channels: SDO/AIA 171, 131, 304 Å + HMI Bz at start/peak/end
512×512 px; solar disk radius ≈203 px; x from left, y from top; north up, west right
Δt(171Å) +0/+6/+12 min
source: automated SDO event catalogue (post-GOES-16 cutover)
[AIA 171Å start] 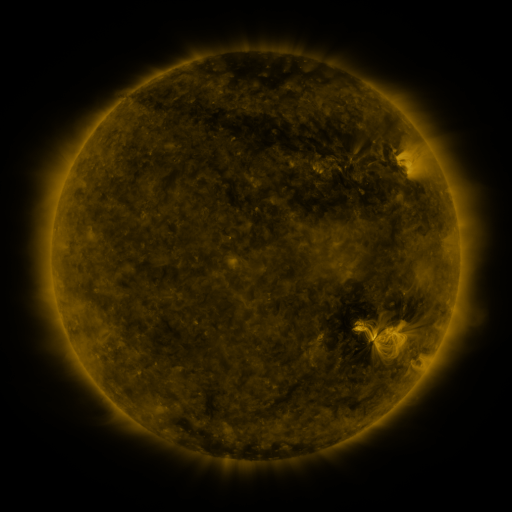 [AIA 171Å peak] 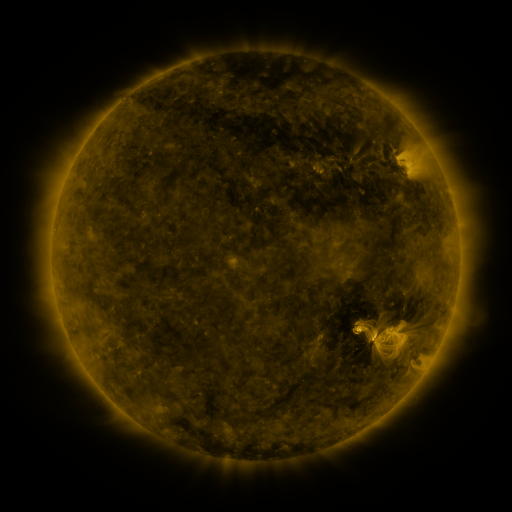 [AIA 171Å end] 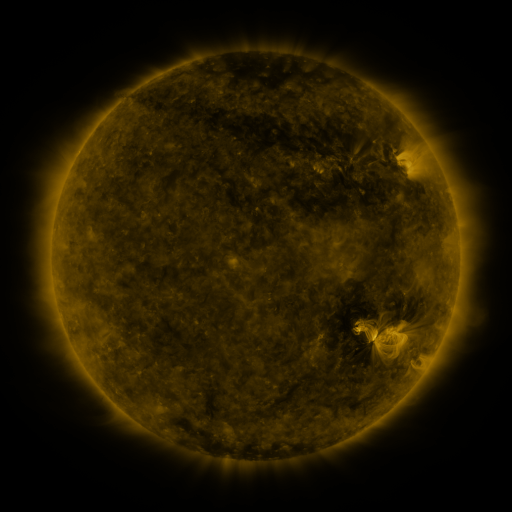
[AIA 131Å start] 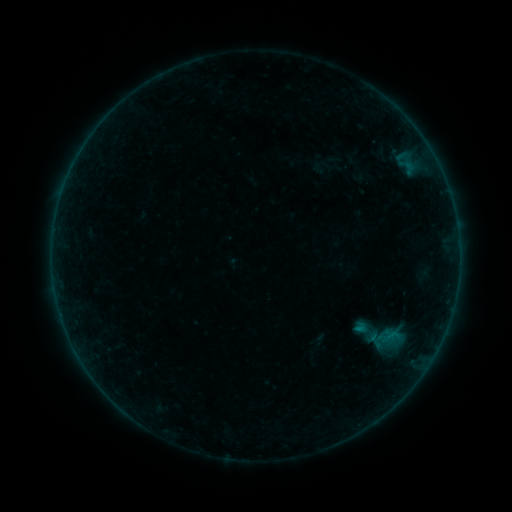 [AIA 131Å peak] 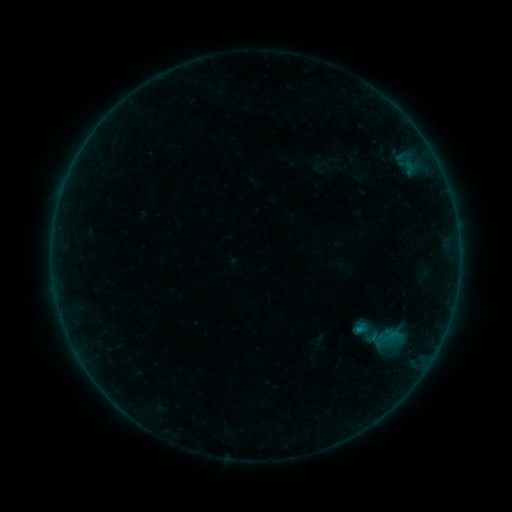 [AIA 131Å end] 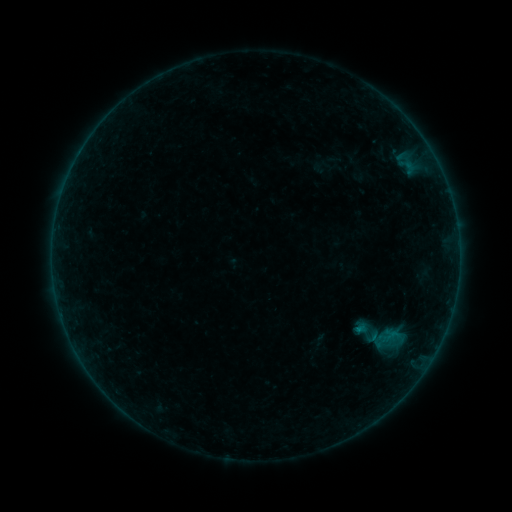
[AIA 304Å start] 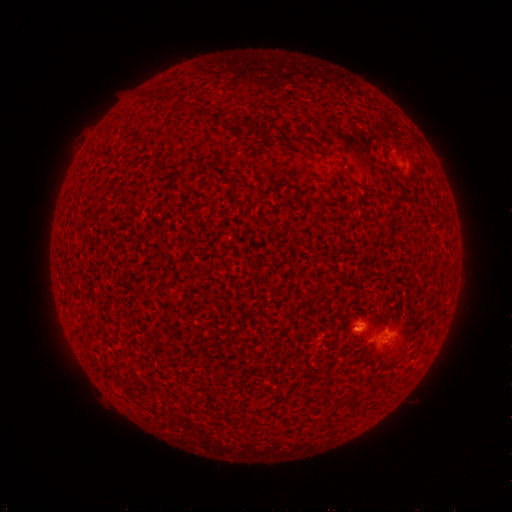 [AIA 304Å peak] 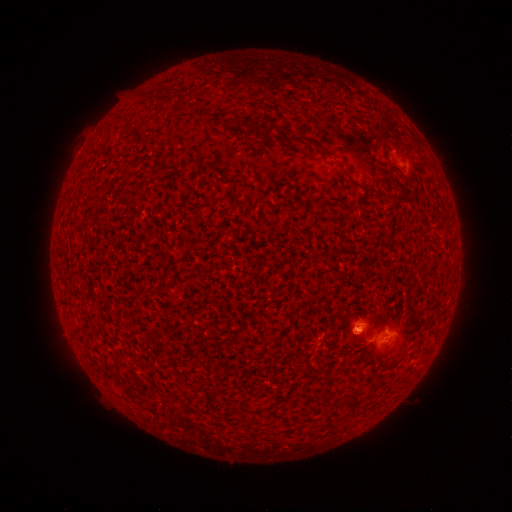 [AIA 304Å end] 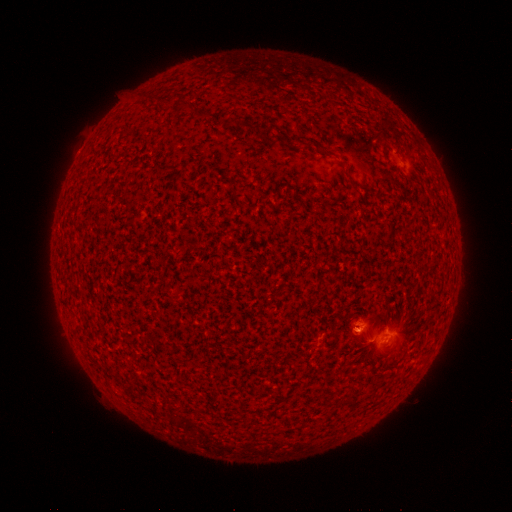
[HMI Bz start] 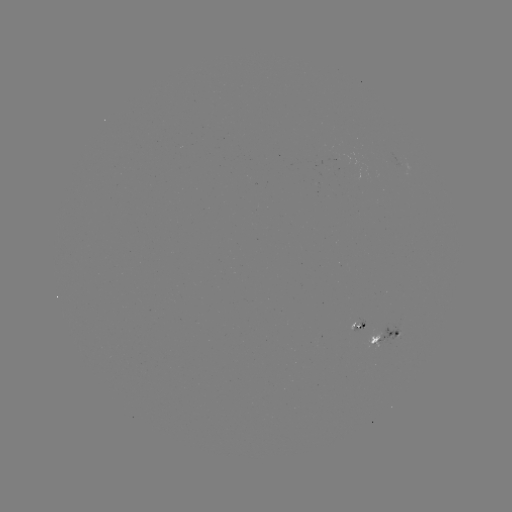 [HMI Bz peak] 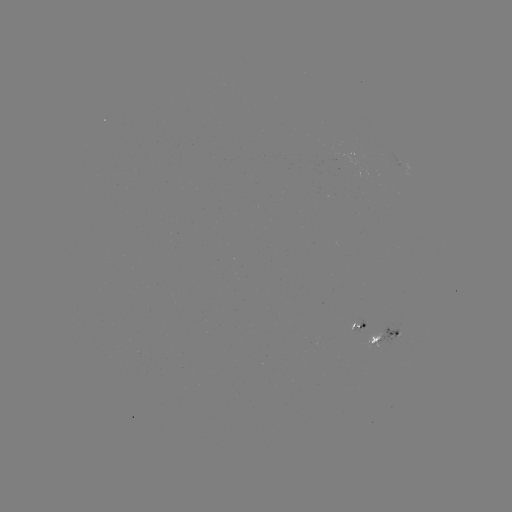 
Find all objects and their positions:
B4.3 flare: (356, 328)
